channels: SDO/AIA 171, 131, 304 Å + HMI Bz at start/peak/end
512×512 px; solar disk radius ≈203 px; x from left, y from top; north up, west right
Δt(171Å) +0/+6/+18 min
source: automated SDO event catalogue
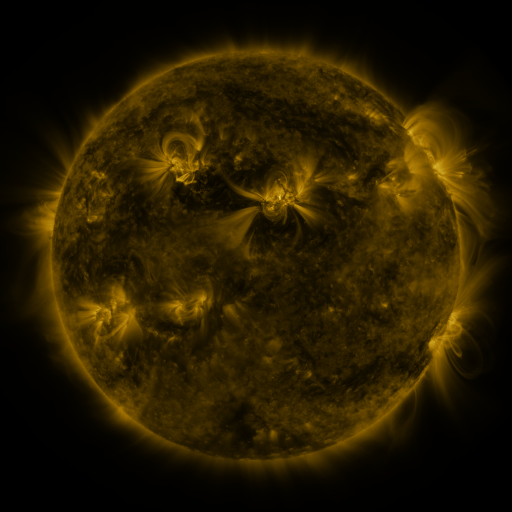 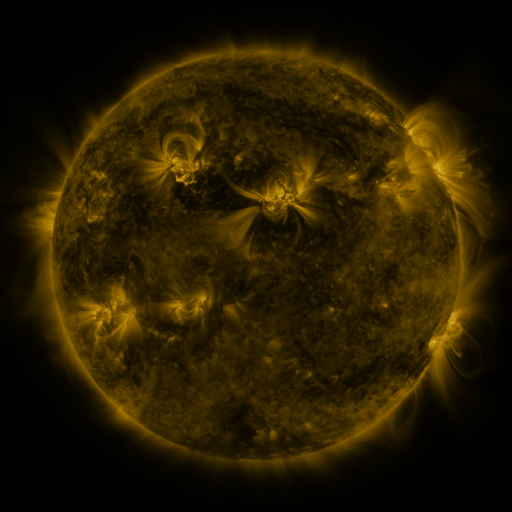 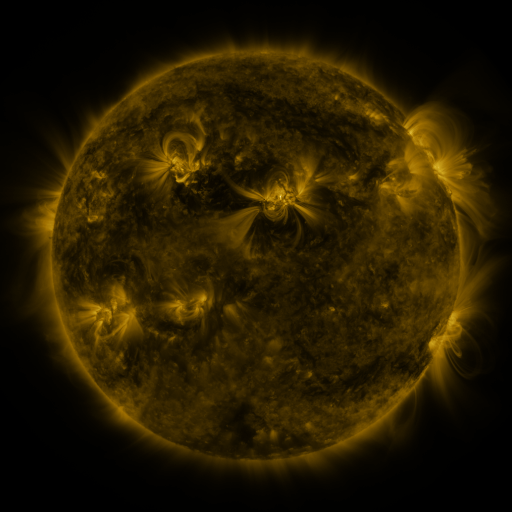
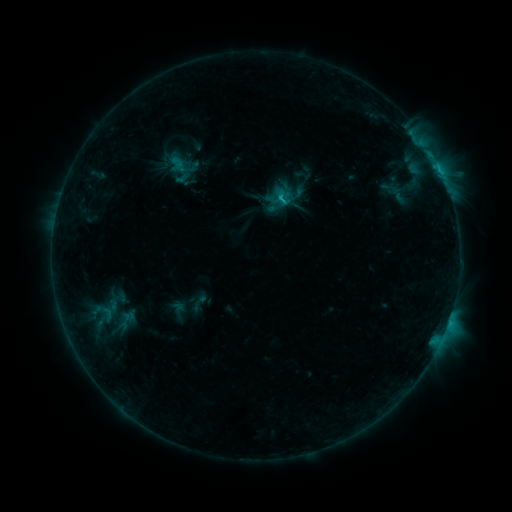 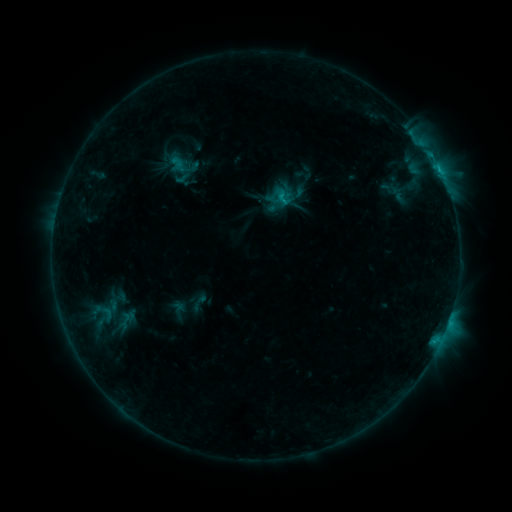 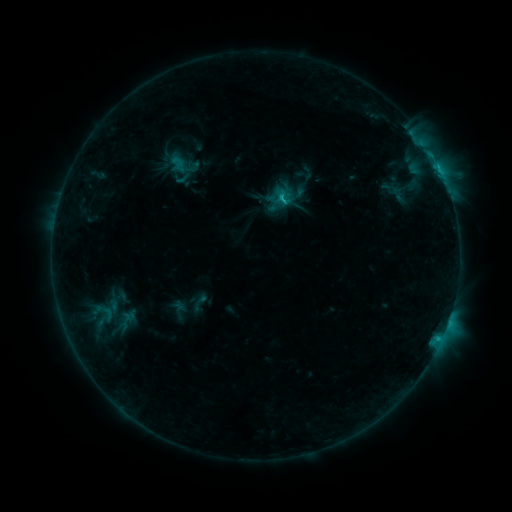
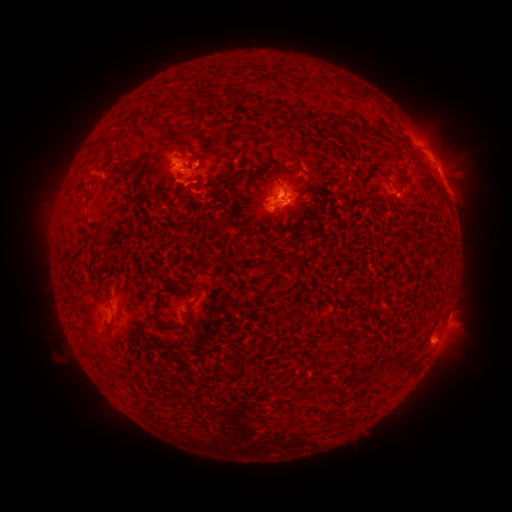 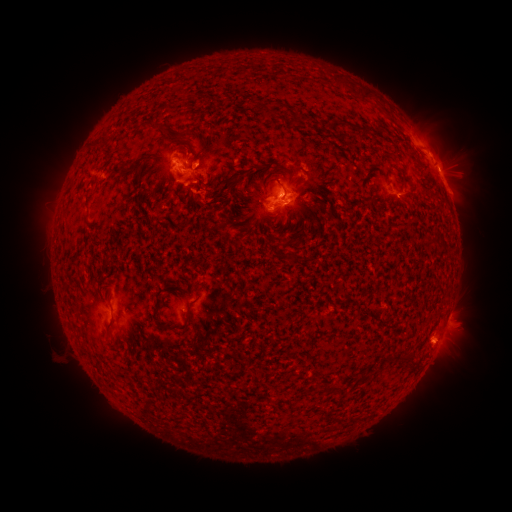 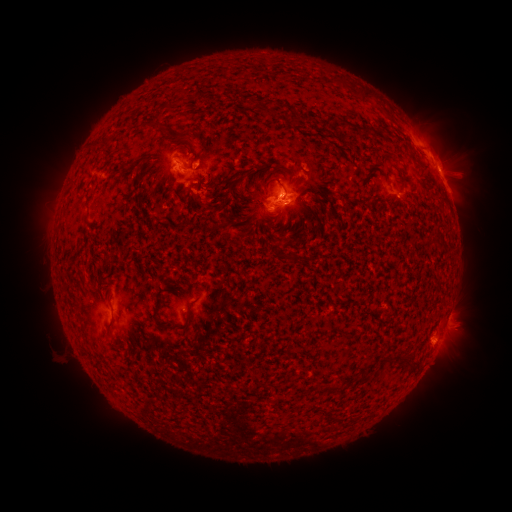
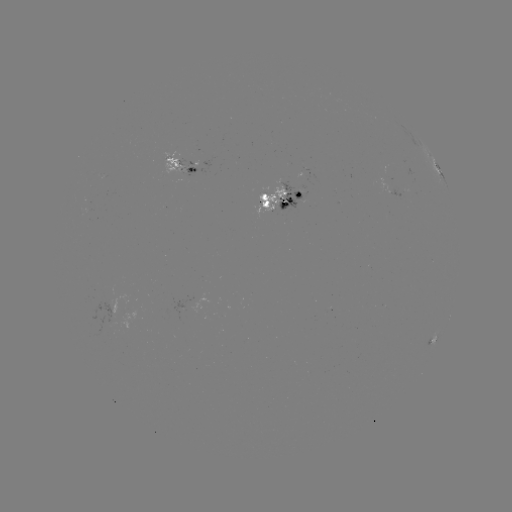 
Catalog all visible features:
C2.7 flare: (439, 170)
